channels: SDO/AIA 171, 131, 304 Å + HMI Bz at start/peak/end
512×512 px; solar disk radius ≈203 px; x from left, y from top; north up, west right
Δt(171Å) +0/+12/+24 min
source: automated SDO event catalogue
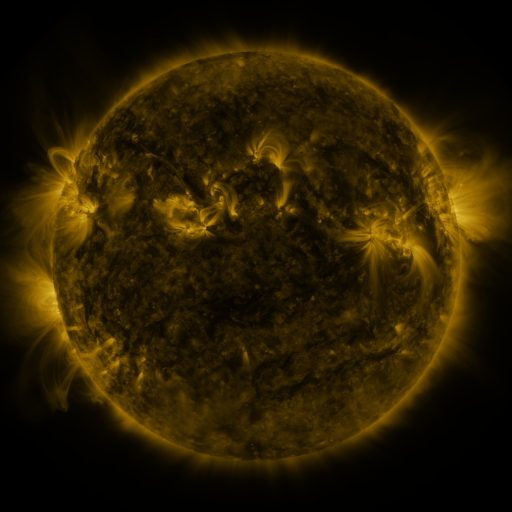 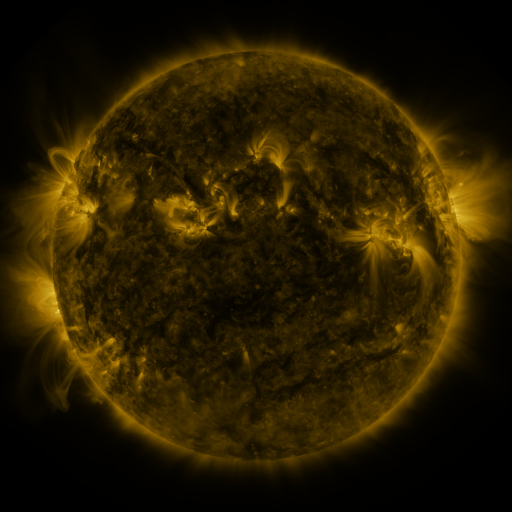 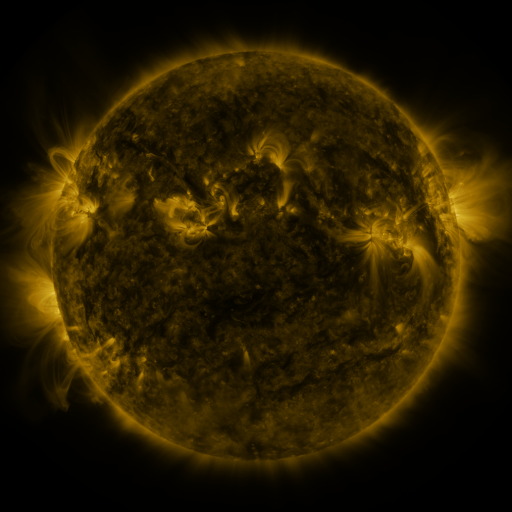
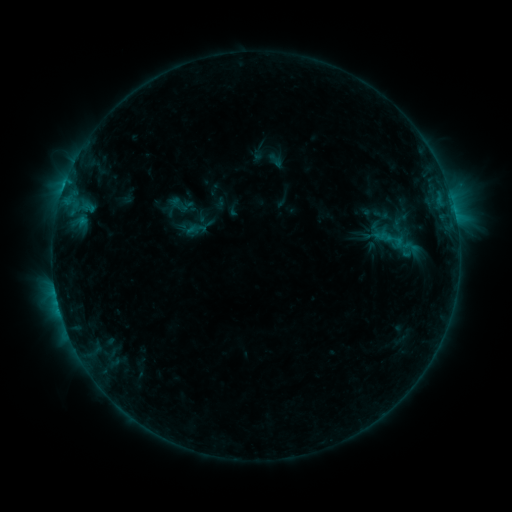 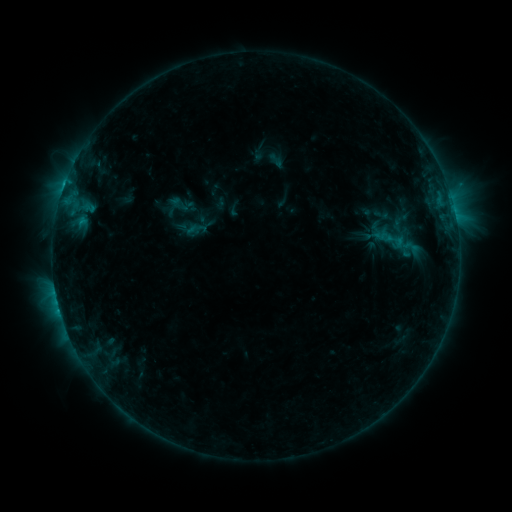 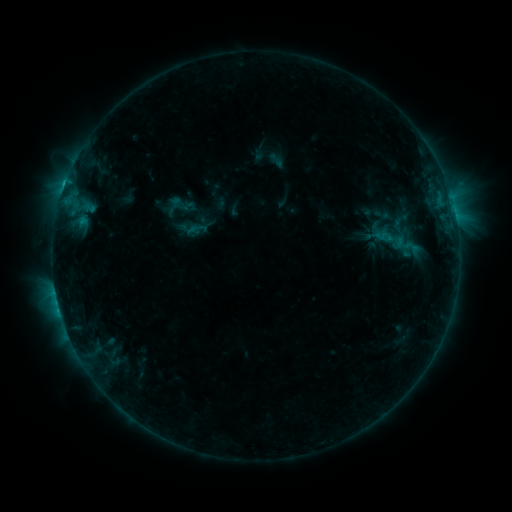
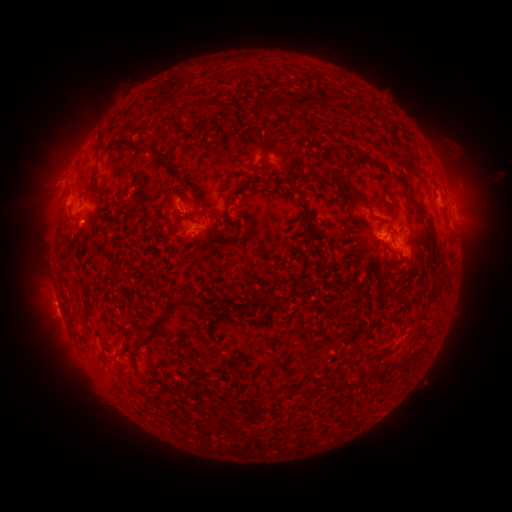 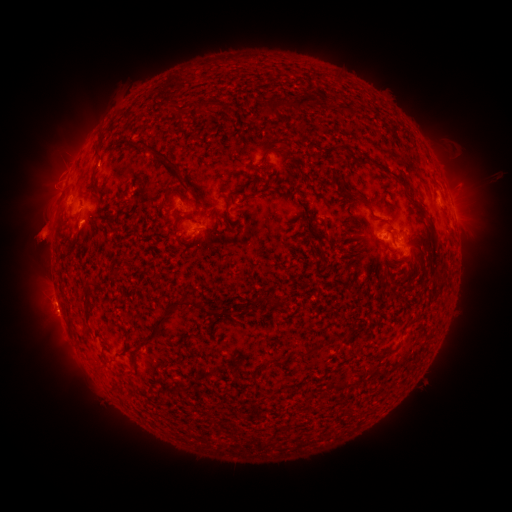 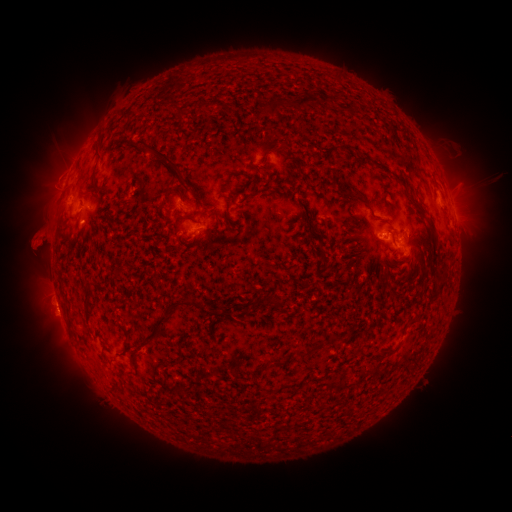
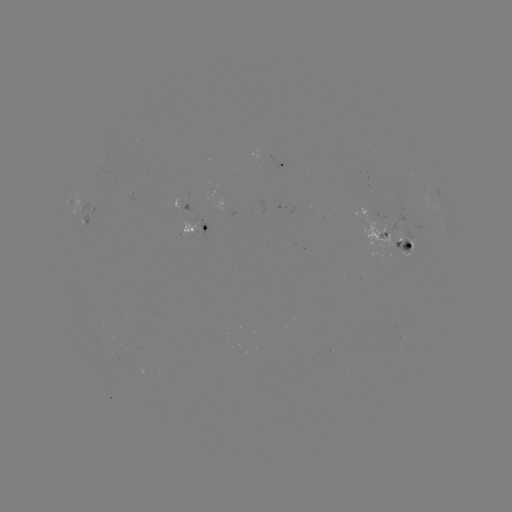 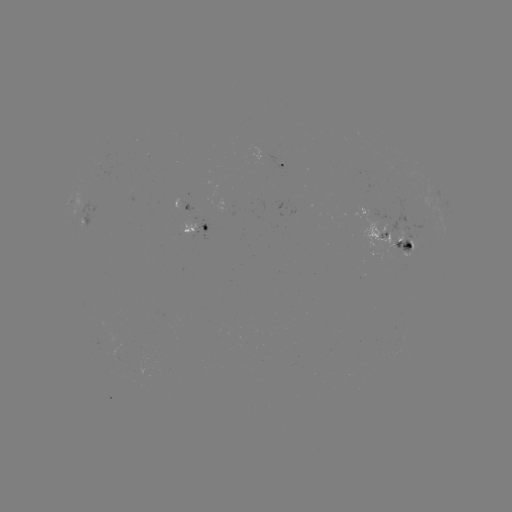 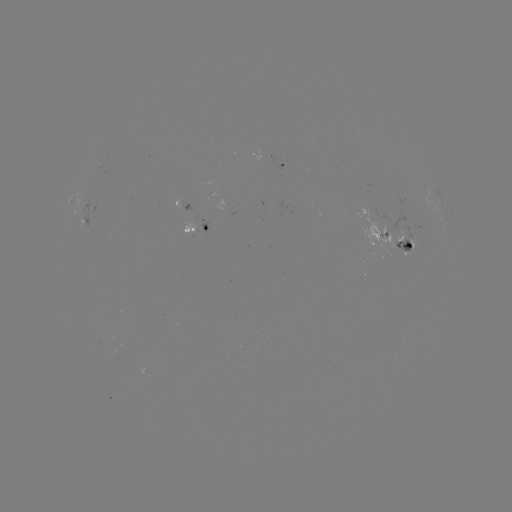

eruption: <bbox>11, 185, 76, 266</bbox>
